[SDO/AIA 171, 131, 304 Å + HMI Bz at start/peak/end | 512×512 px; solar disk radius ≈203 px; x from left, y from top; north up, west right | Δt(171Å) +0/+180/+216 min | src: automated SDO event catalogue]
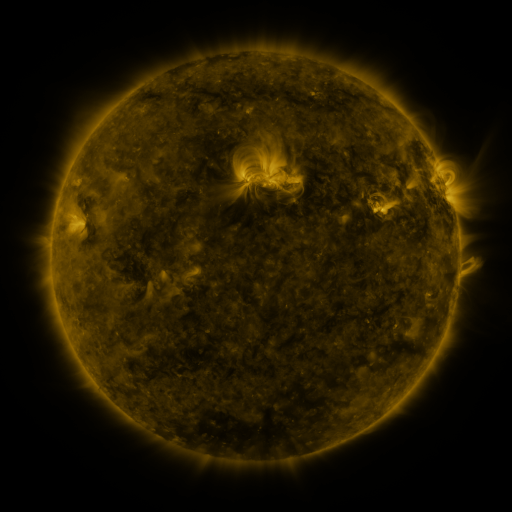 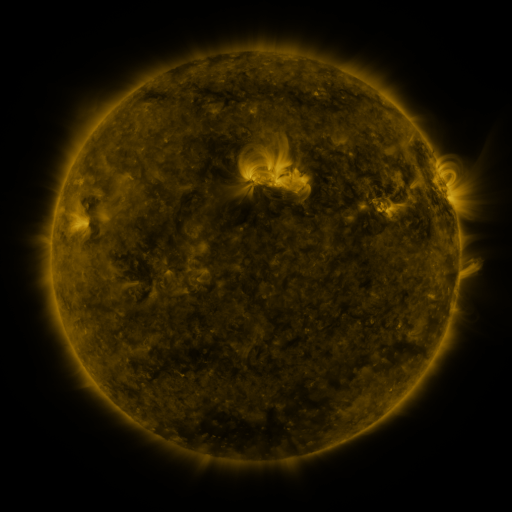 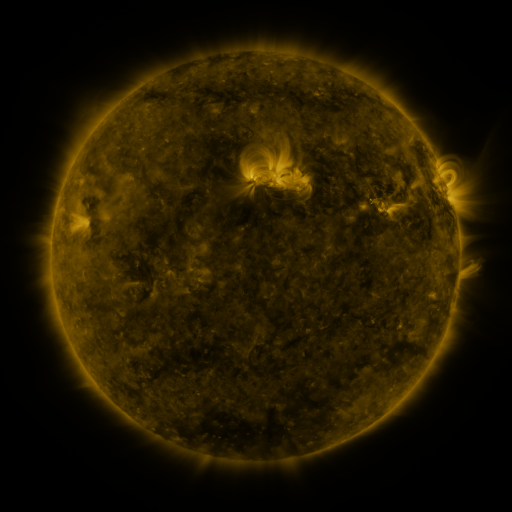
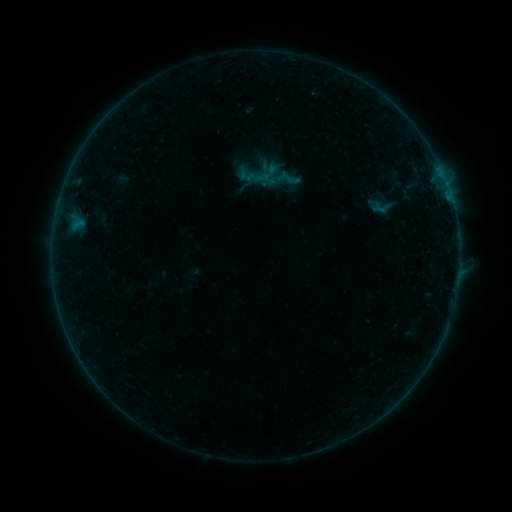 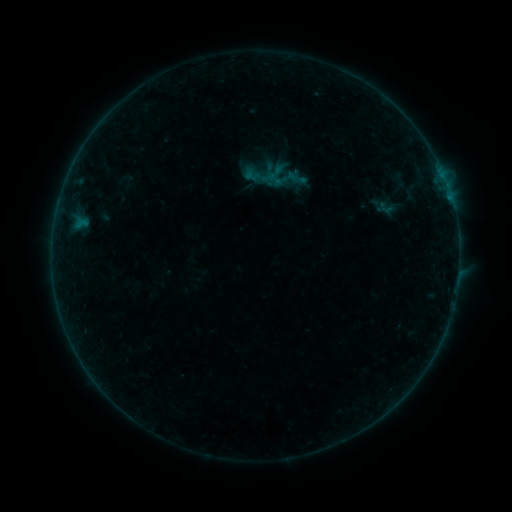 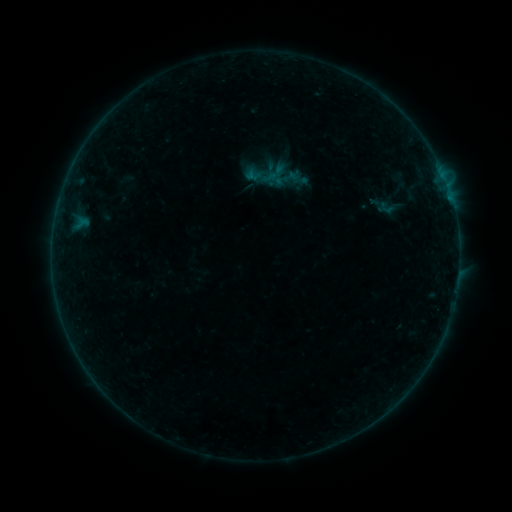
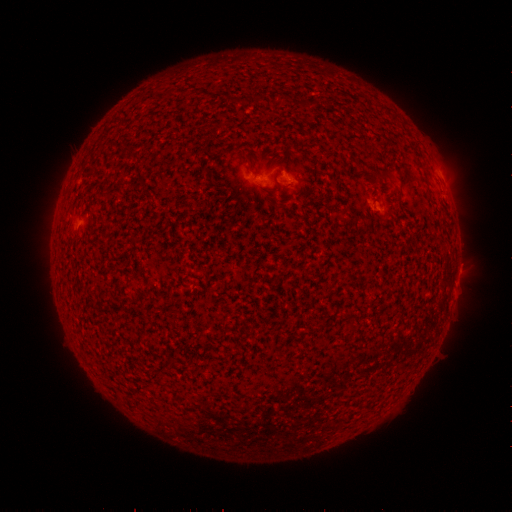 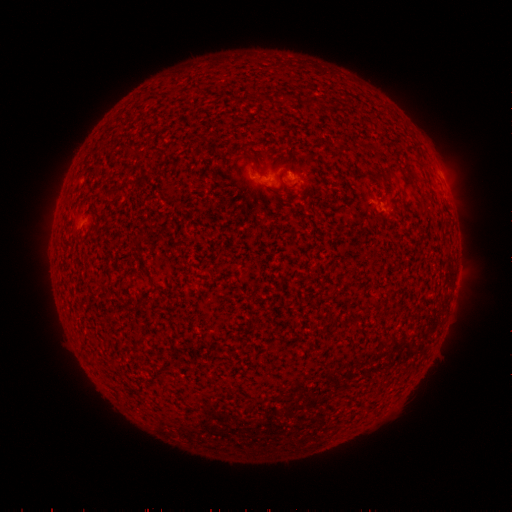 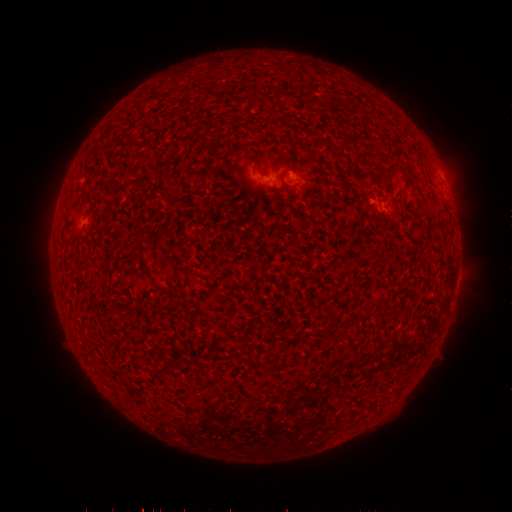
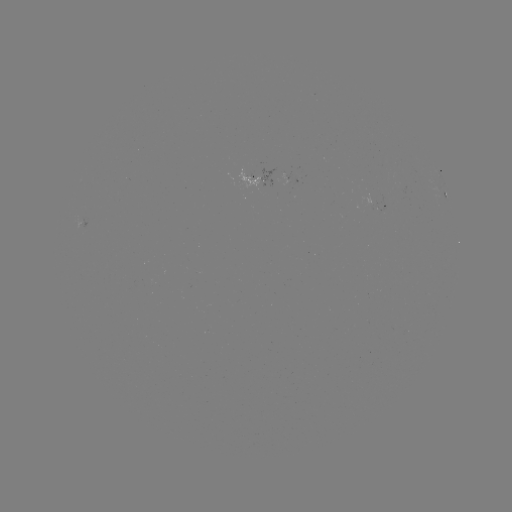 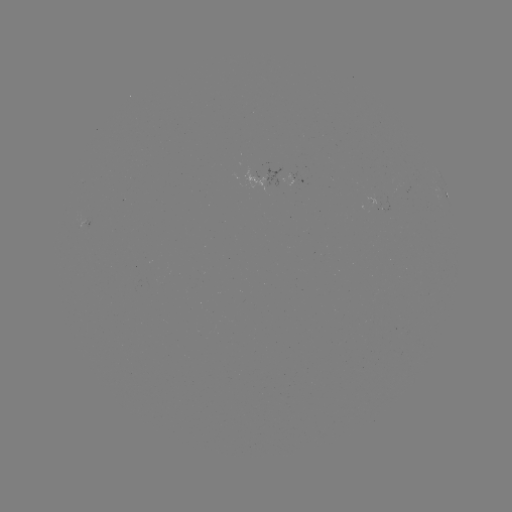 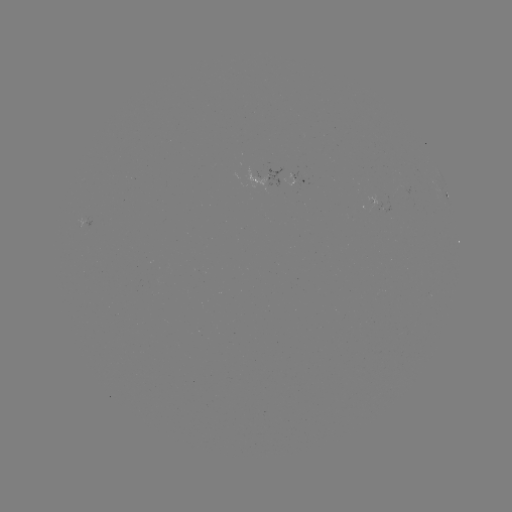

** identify emerging-flux region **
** [371, 201] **